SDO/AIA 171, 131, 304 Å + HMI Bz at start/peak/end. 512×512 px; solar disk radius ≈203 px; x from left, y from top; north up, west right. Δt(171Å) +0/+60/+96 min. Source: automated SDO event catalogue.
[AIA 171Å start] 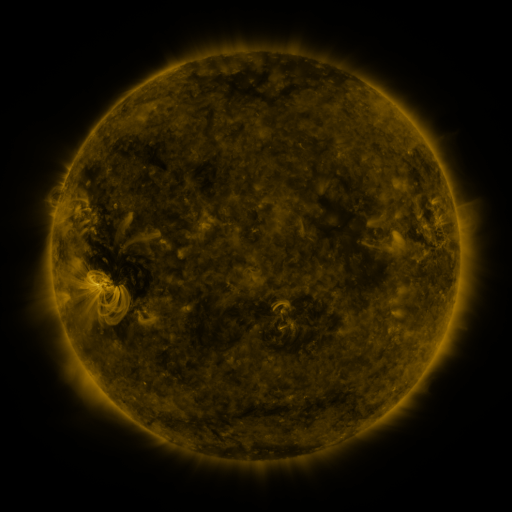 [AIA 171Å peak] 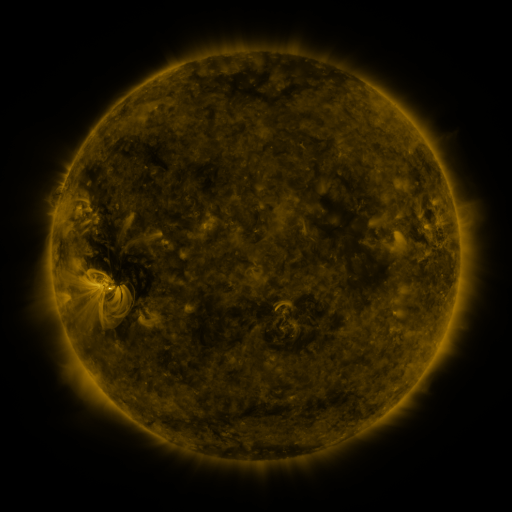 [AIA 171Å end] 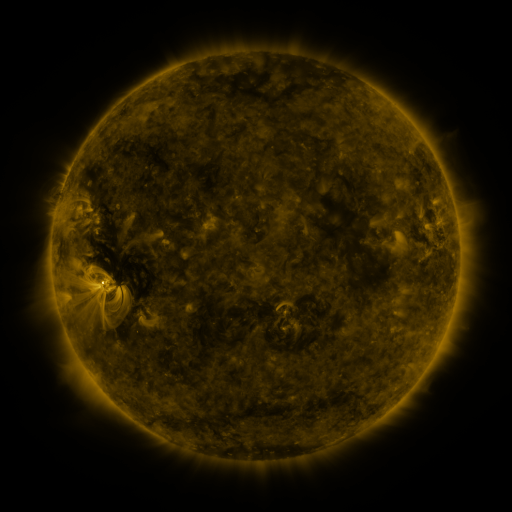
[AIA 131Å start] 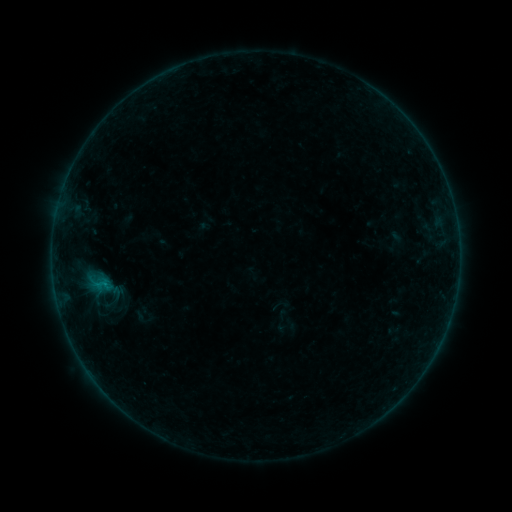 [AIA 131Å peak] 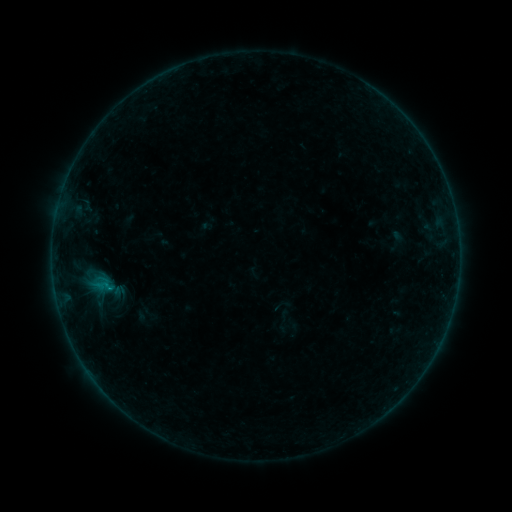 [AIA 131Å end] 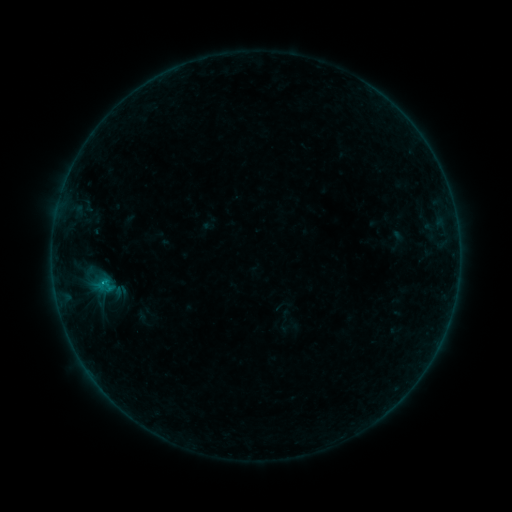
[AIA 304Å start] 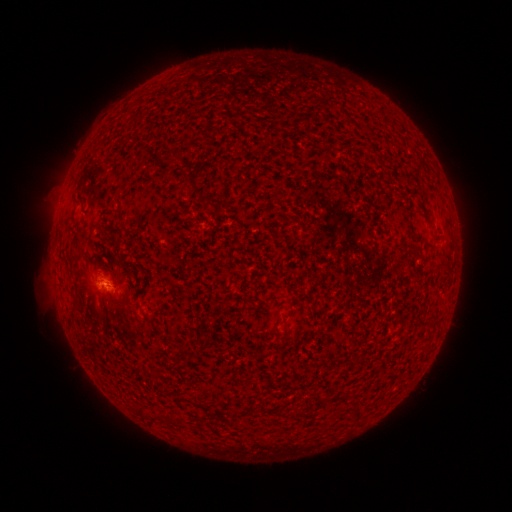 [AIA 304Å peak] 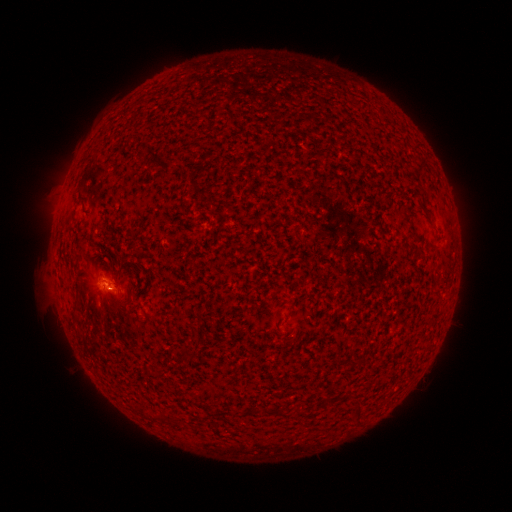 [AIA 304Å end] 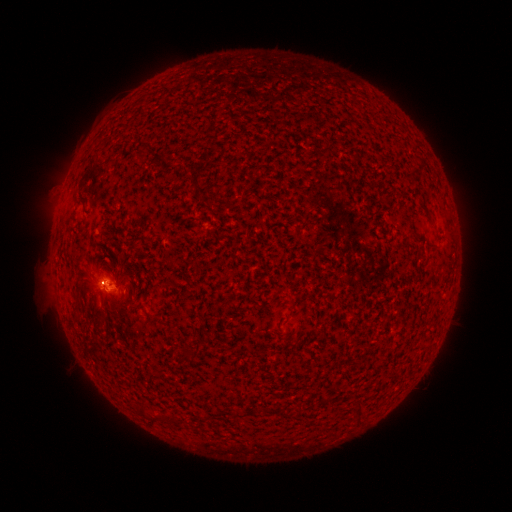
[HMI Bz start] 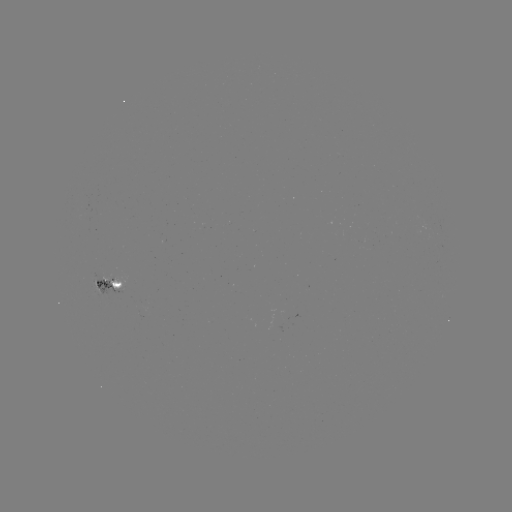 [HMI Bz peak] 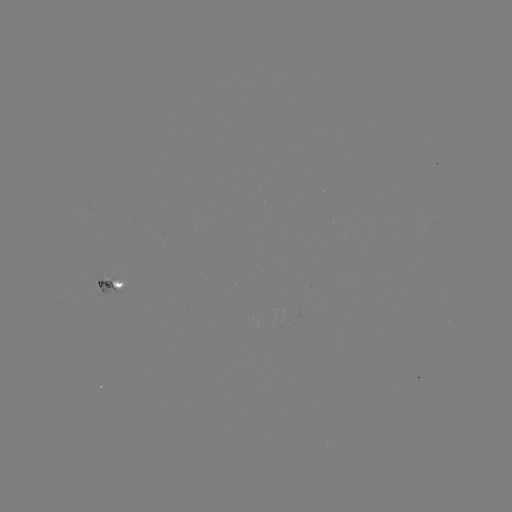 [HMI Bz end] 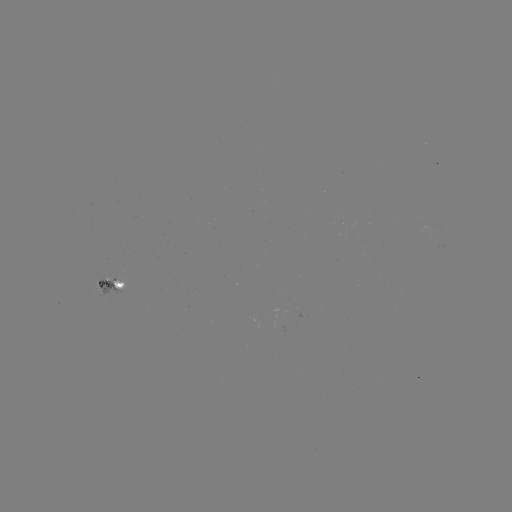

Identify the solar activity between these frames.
emerging-flux region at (144, 304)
